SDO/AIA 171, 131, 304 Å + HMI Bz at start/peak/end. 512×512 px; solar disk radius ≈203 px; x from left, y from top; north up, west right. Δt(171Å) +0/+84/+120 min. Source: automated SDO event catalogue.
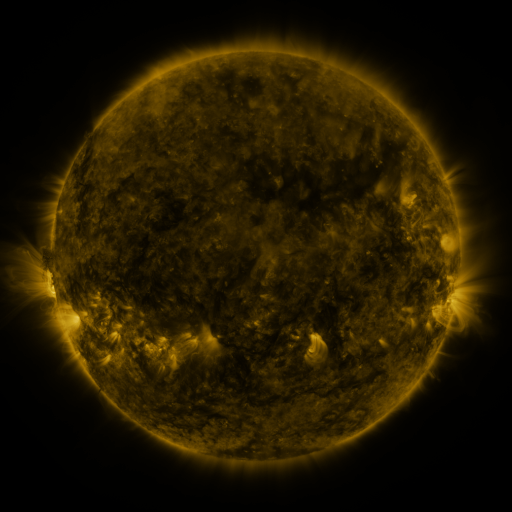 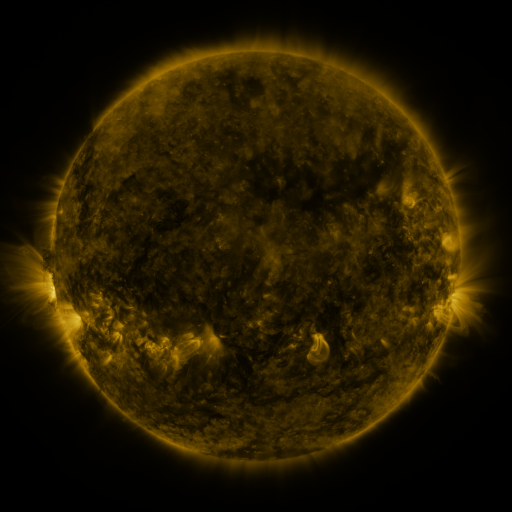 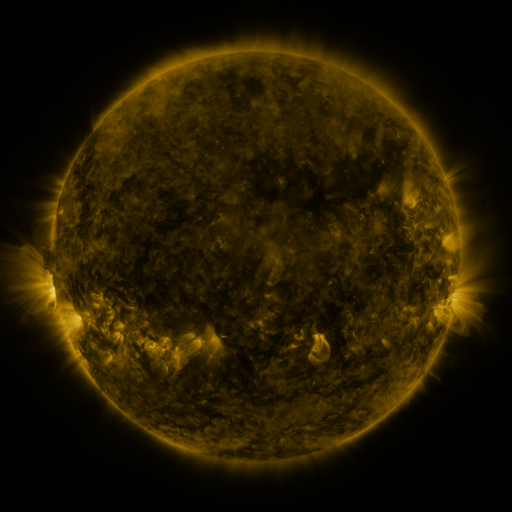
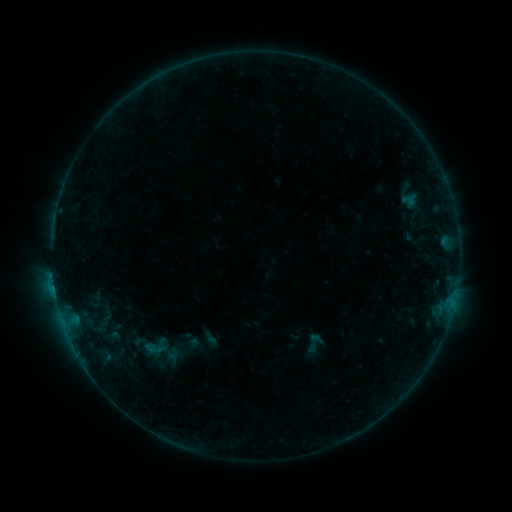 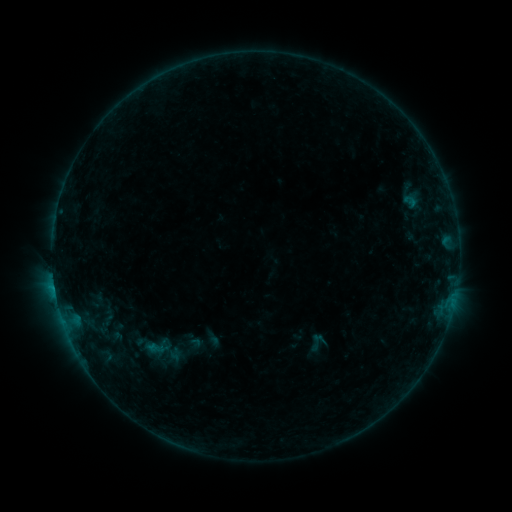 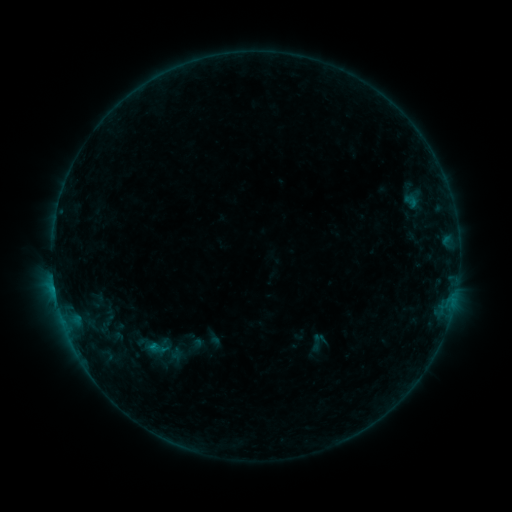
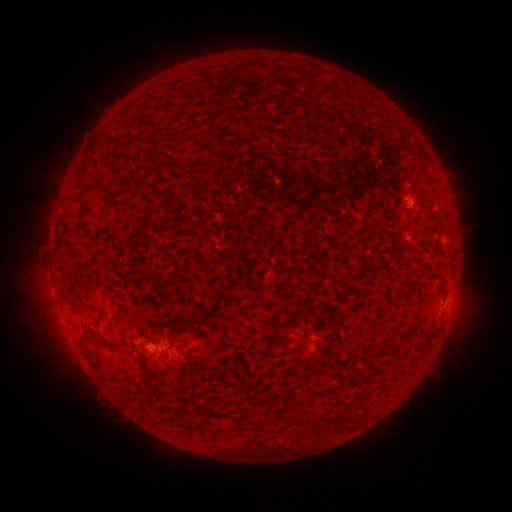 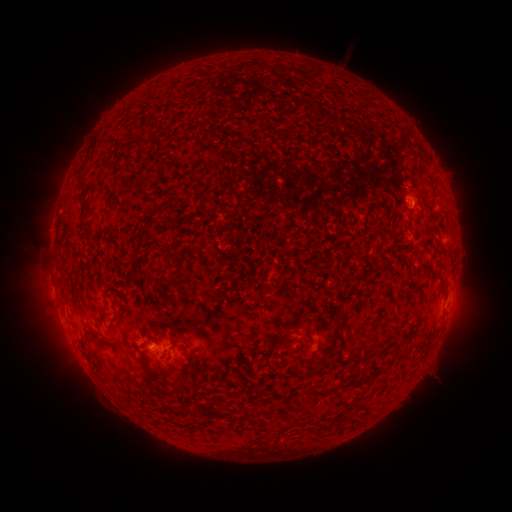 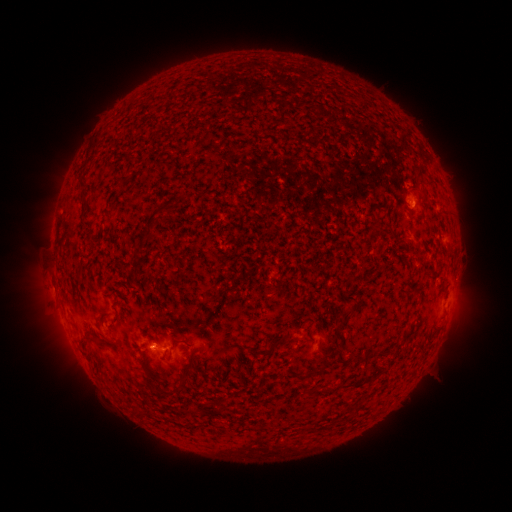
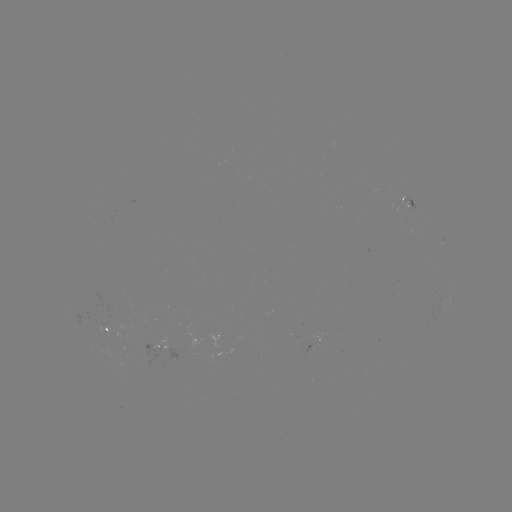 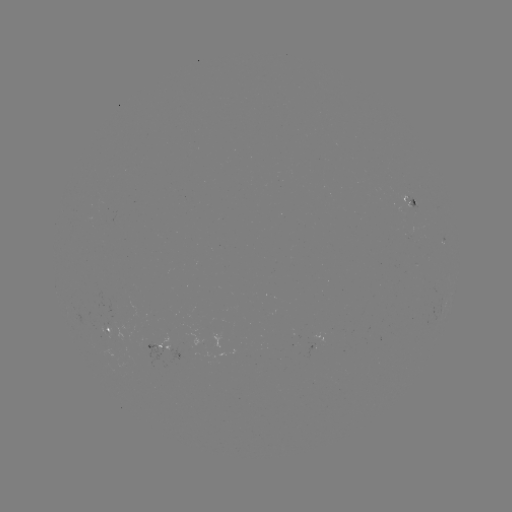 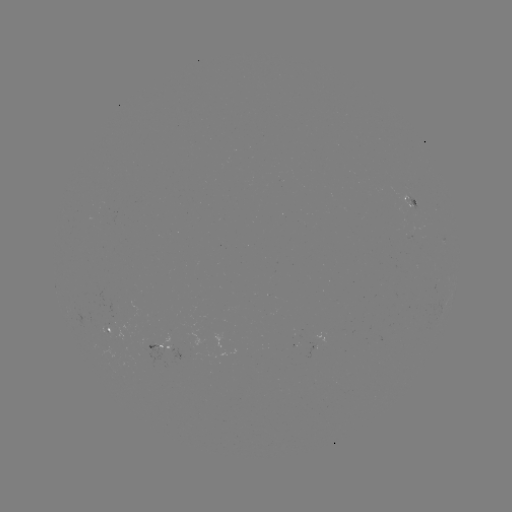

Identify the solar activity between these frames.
emerging-flux region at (413, 203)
